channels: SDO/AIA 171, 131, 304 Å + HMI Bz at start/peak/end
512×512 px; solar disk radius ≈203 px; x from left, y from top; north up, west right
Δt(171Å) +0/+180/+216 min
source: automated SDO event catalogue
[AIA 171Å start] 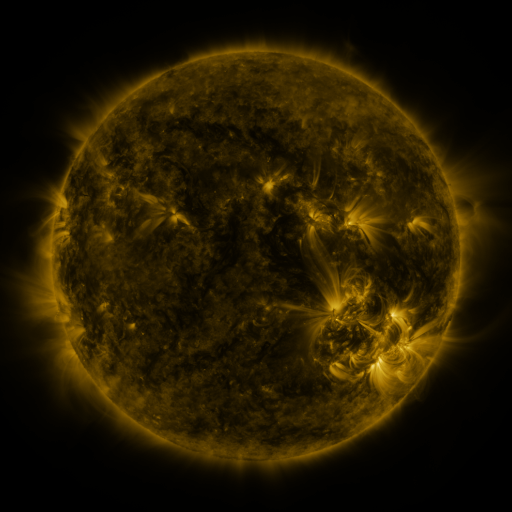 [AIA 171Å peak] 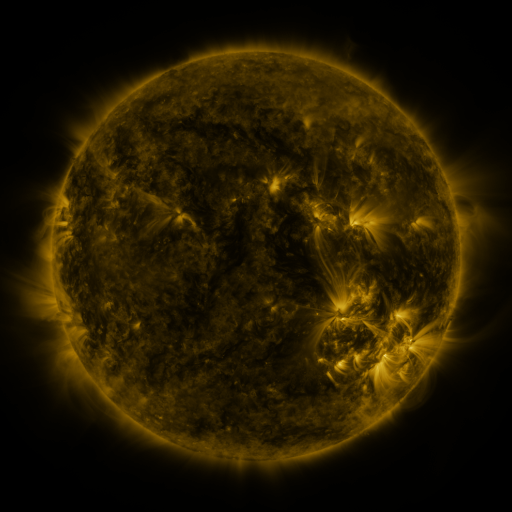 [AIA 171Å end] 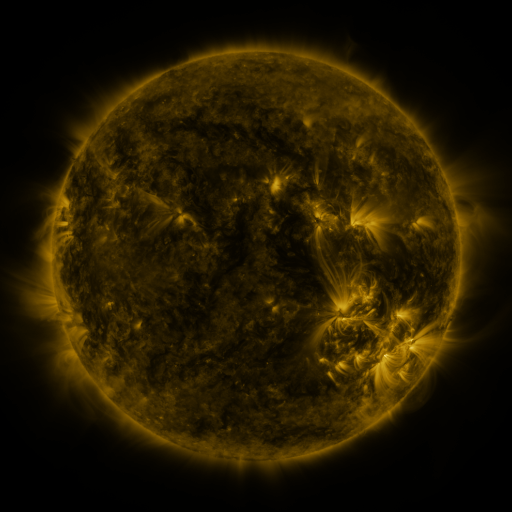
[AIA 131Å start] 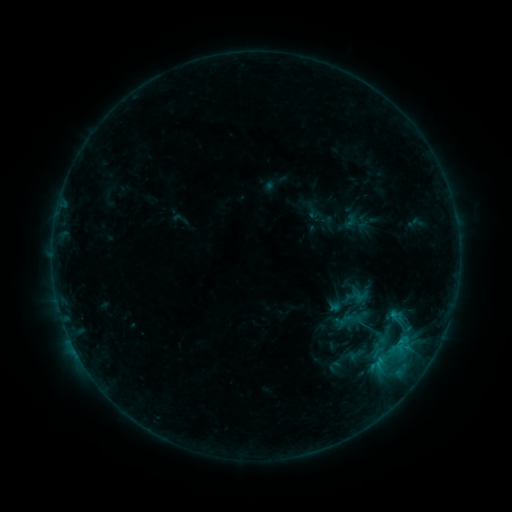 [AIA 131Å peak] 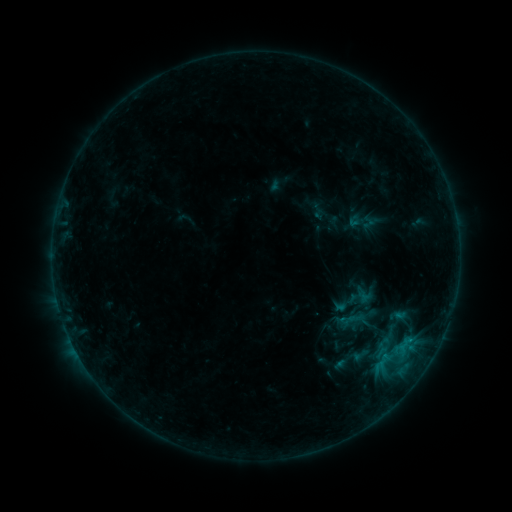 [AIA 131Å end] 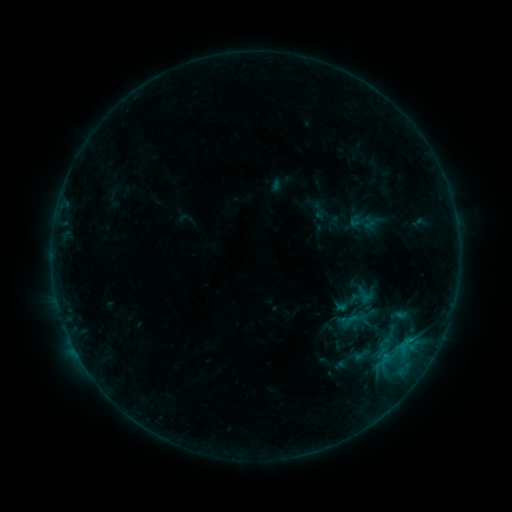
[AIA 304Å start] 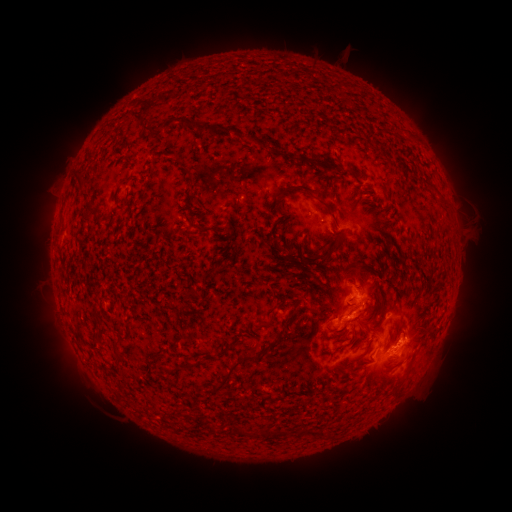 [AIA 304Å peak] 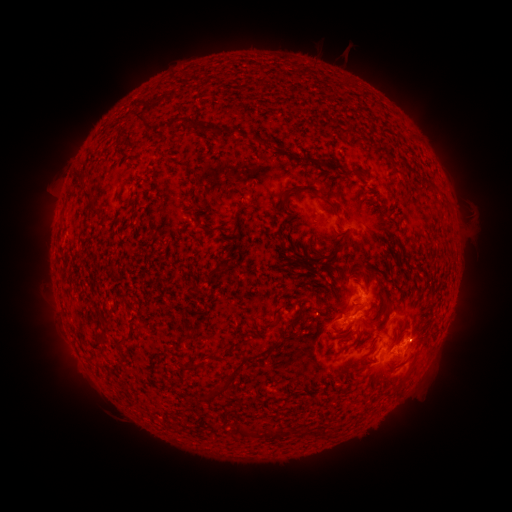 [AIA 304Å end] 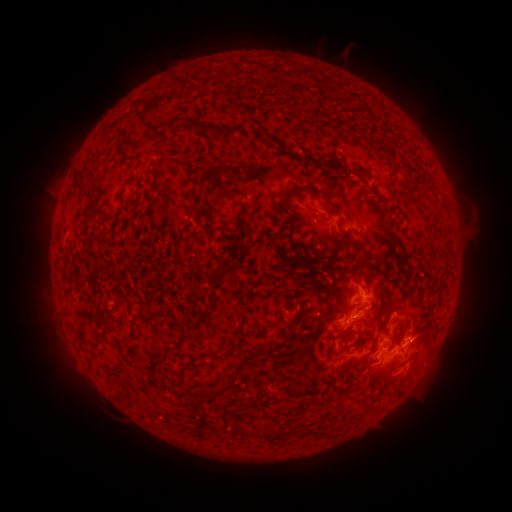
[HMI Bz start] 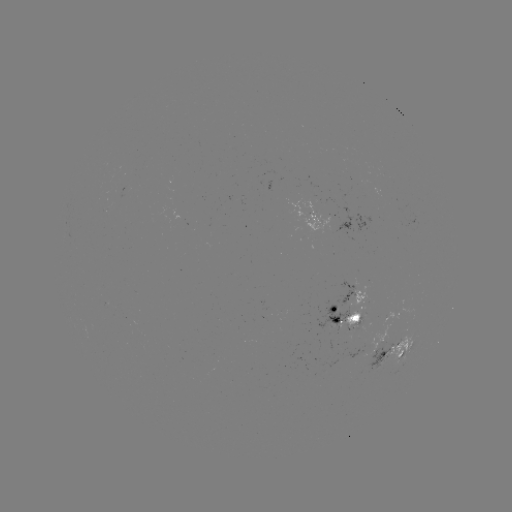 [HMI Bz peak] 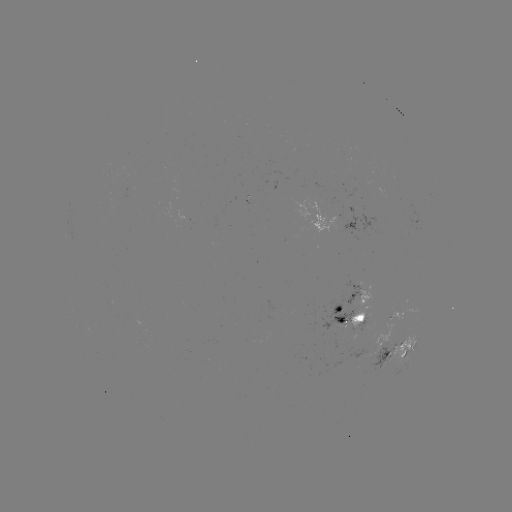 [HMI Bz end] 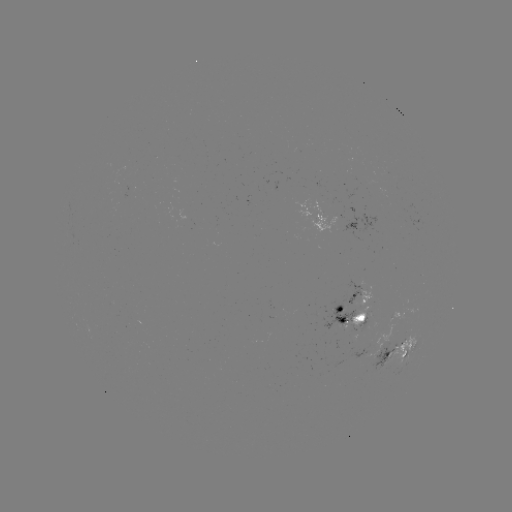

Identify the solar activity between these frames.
emerging-flux region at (363, 317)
